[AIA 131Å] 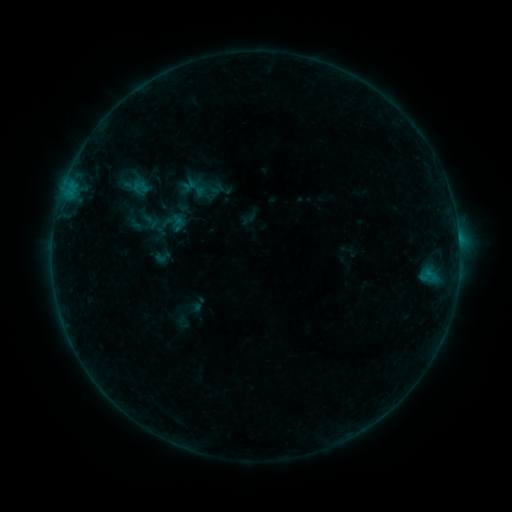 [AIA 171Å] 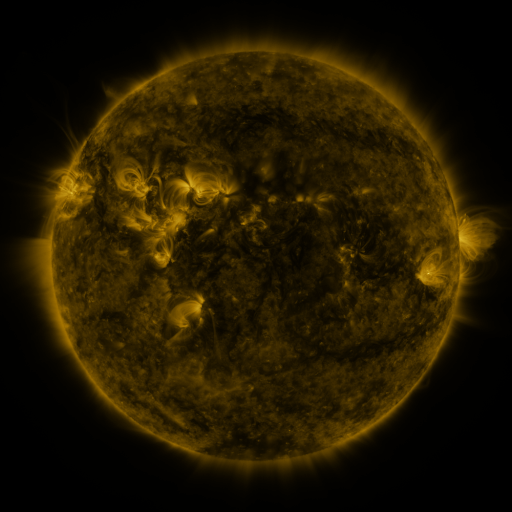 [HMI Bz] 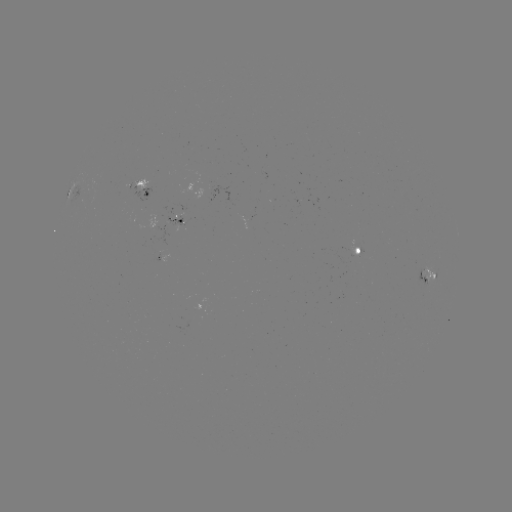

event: sigmoid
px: (162, 257)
